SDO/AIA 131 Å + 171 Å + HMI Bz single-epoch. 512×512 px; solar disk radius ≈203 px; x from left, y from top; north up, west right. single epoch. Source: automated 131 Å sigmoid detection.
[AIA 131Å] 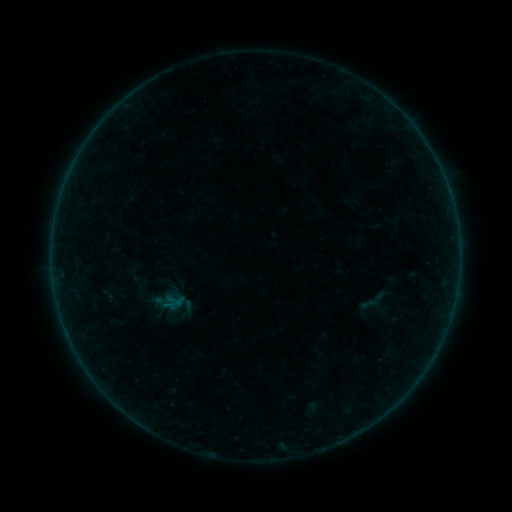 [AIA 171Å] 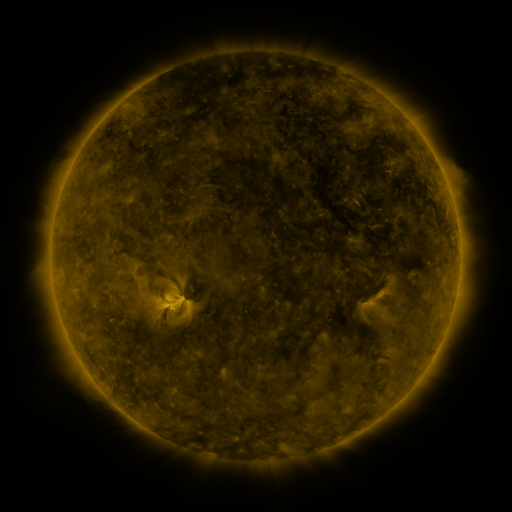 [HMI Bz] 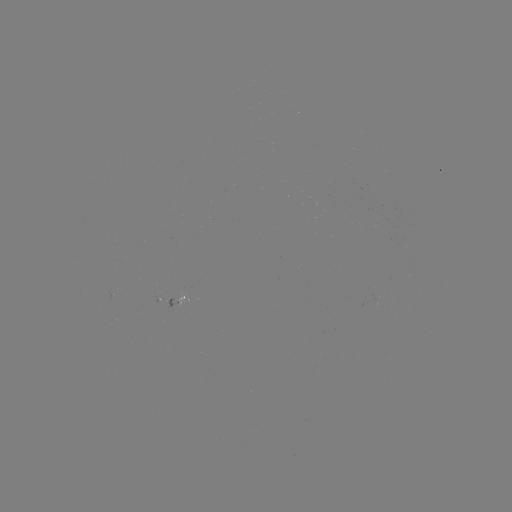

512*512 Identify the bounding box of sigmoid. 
[367, 291, 386, 309].